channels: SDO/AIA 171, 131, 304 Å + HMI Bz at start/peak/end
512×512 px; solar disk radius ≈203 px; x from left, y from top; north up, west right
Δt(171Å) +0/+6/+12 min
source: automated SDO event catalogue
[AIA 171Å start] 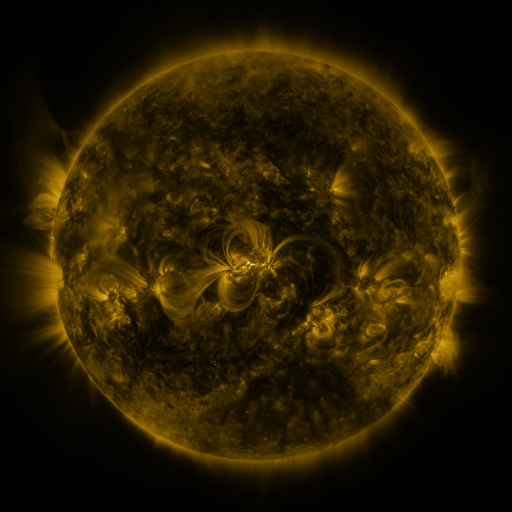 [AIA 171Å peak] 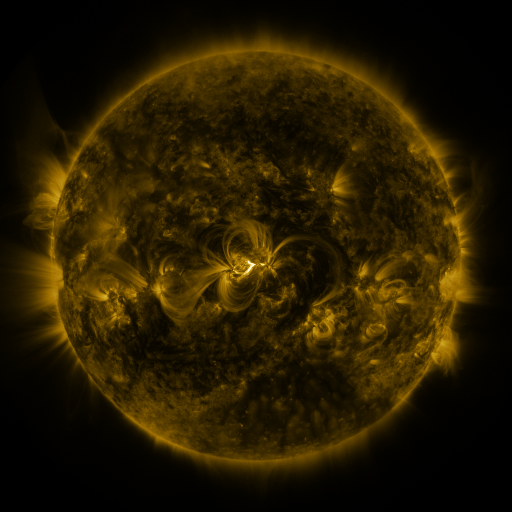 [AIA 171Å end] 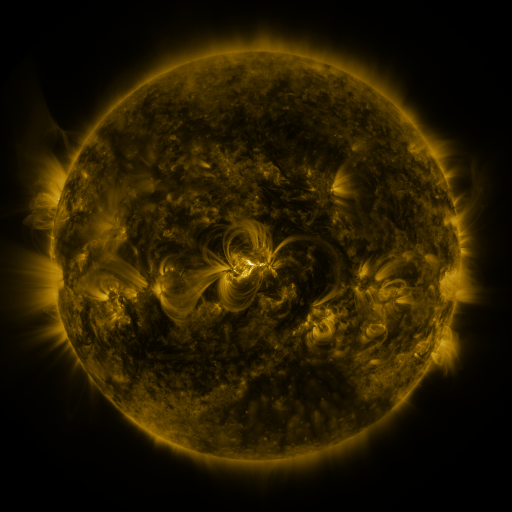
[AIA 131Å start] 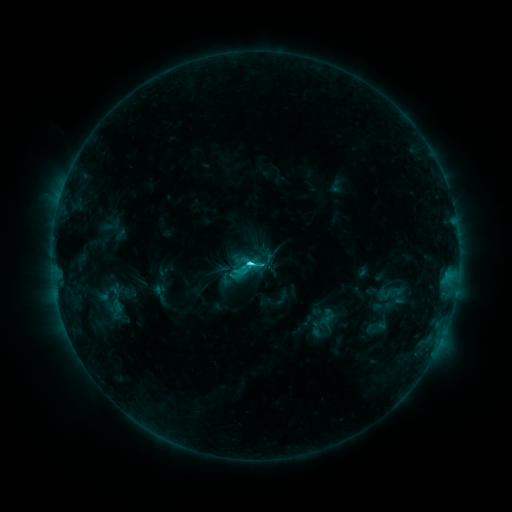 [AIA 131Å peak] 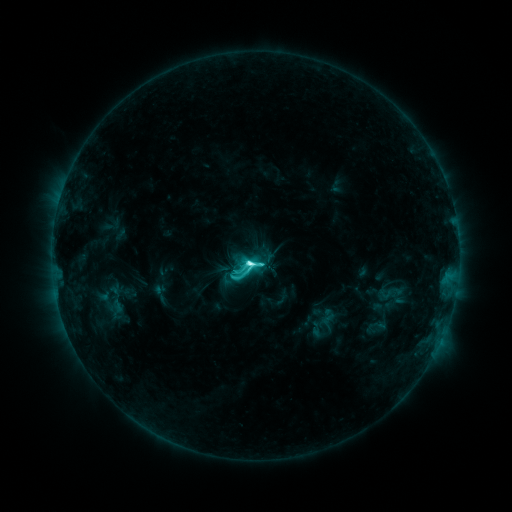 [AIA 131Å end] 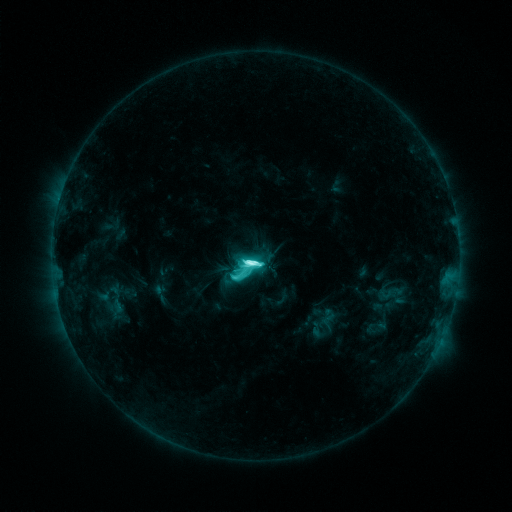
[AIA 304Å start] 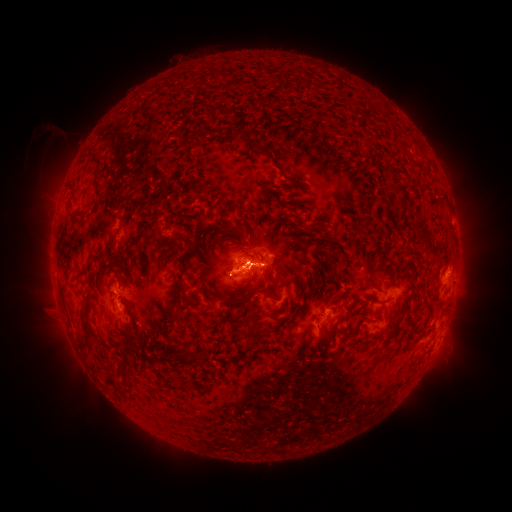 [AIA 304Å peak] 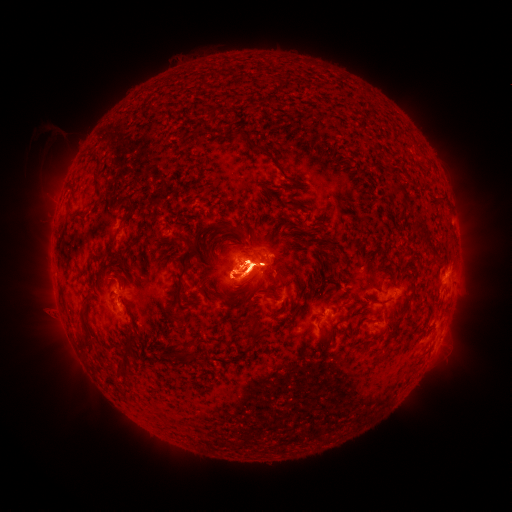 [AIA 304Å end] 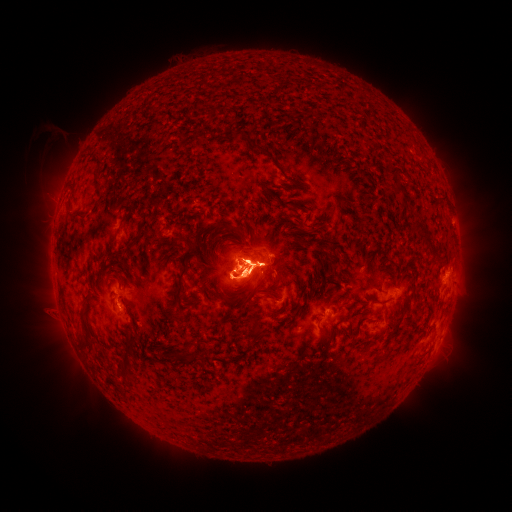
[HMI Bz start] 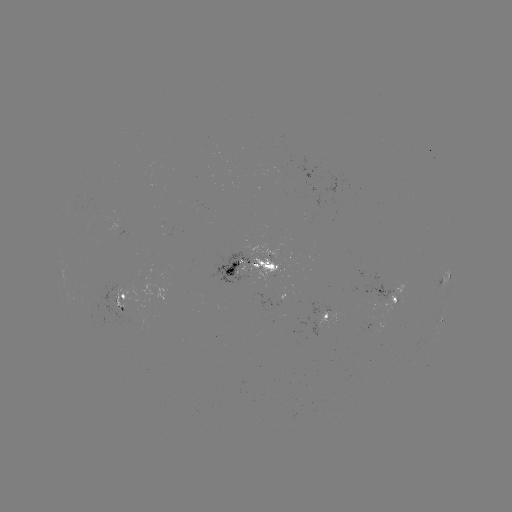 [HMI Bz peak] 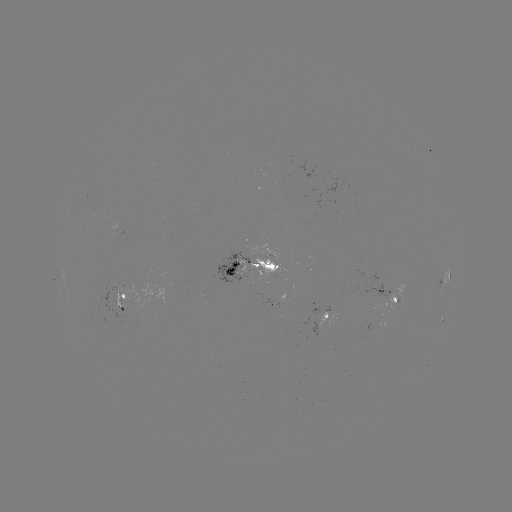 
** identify eruption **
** [252, 204] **